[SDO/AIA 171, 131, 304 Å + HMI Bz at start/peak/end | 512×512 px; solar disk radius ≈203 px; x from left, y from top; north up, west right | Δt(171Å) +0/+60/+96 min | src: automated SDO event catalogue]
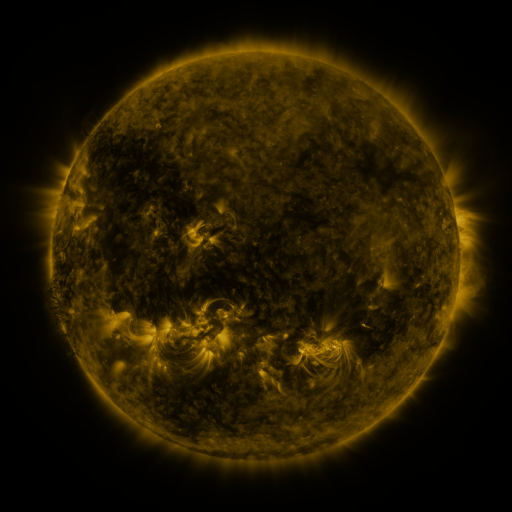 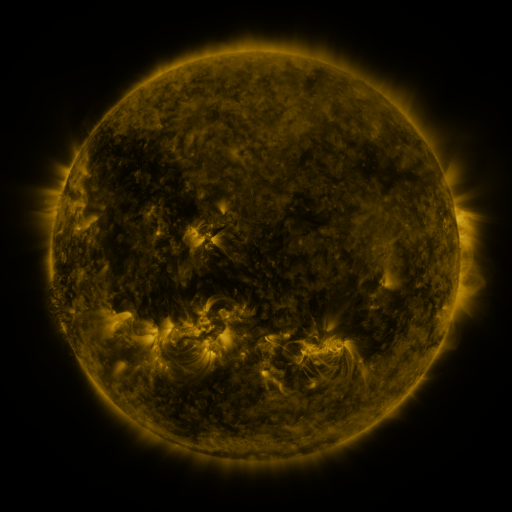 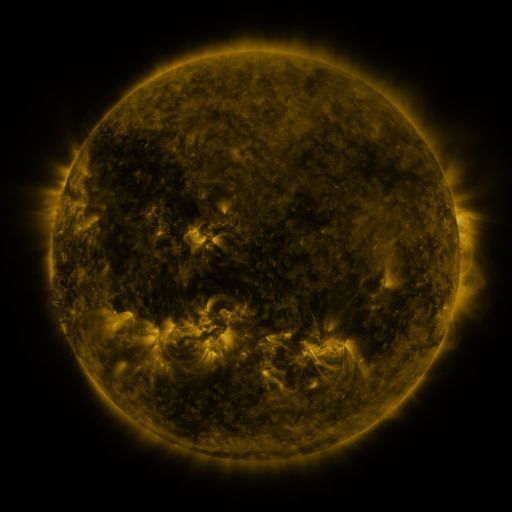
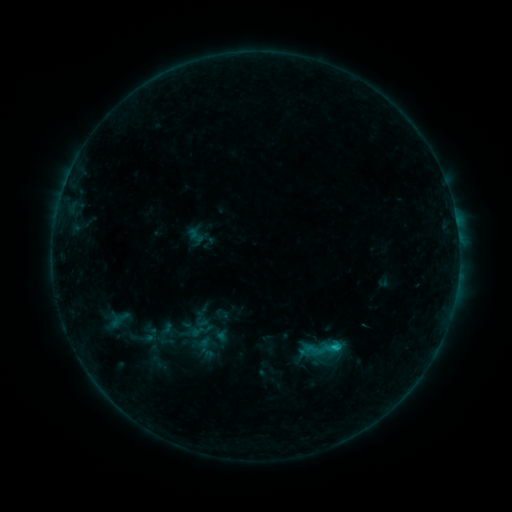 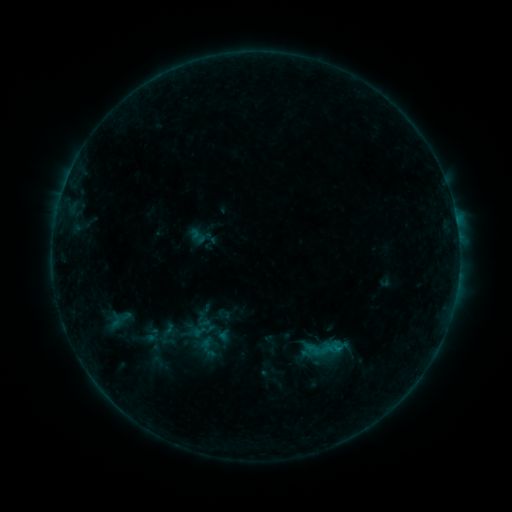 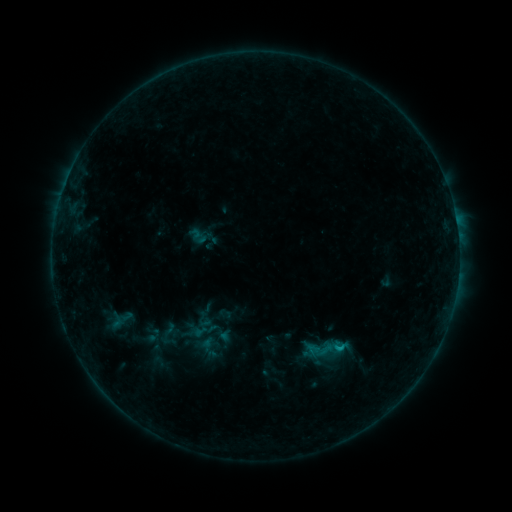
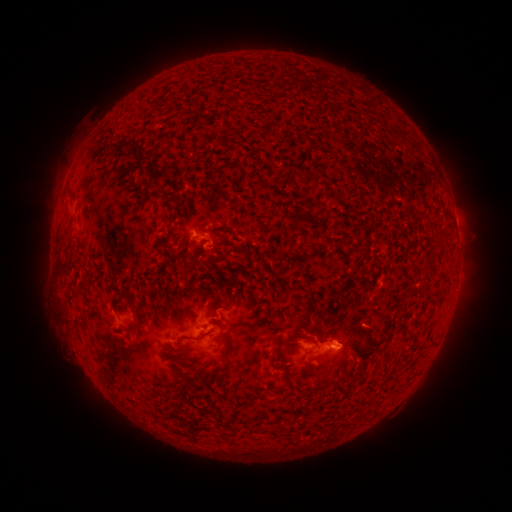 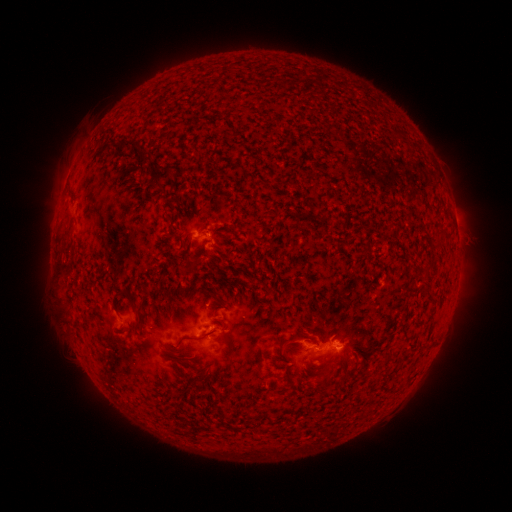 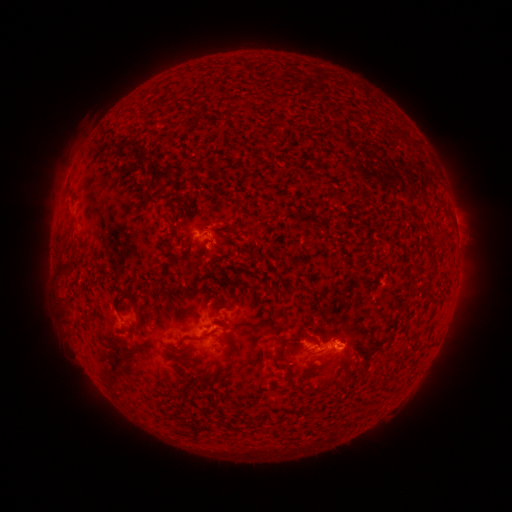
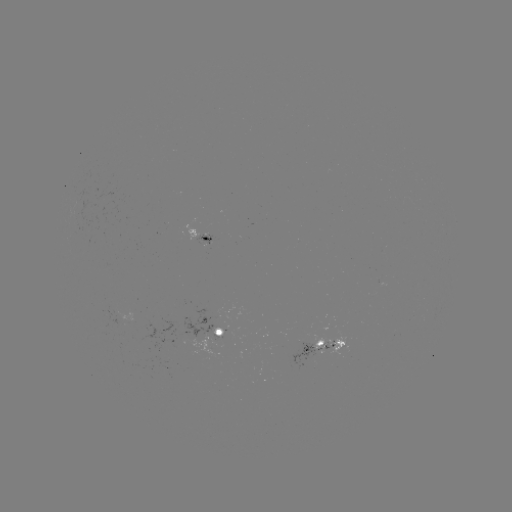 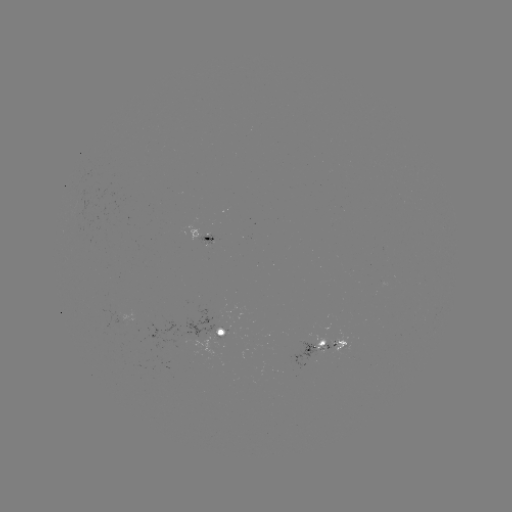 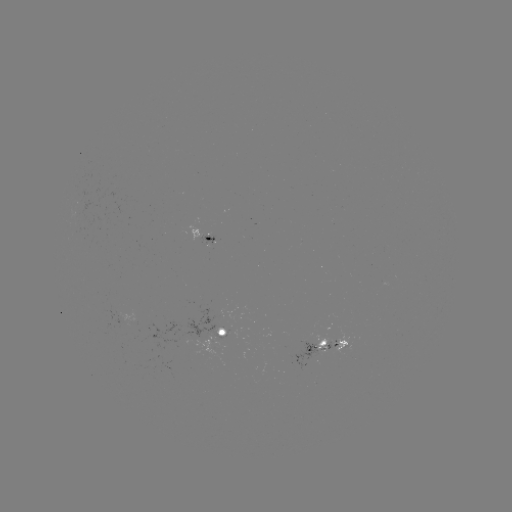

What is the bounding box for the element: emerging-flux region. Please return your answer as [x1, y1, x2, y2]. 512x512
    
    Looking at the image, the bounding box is [289, 343, 316, 369].